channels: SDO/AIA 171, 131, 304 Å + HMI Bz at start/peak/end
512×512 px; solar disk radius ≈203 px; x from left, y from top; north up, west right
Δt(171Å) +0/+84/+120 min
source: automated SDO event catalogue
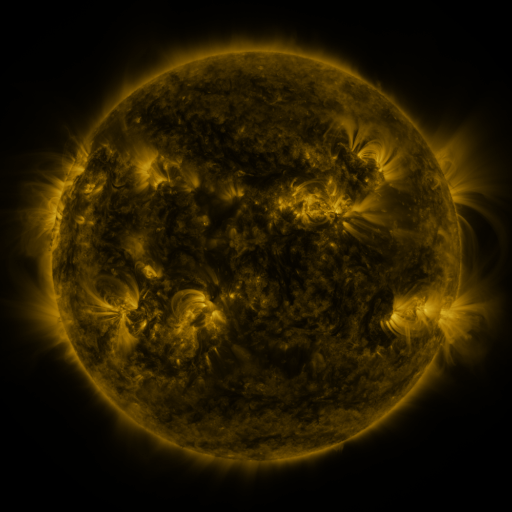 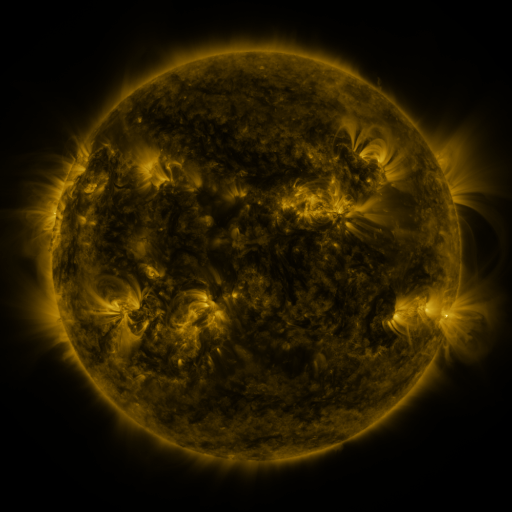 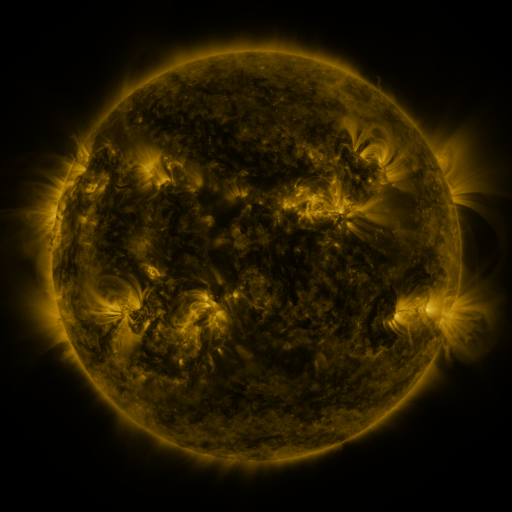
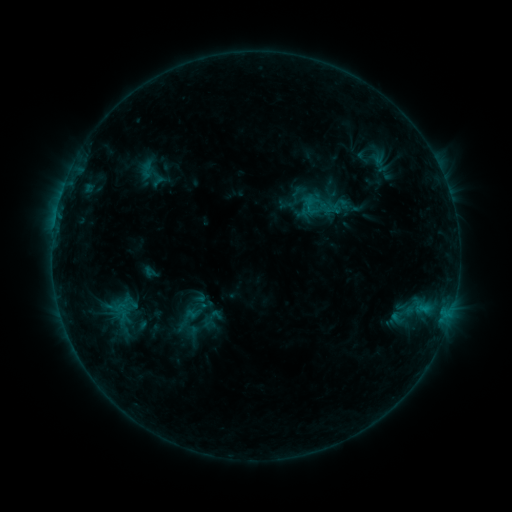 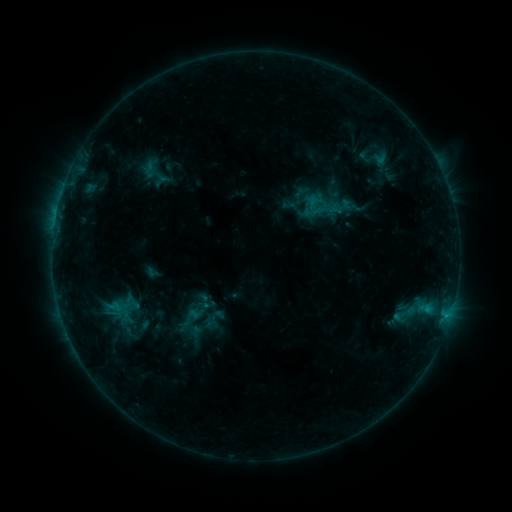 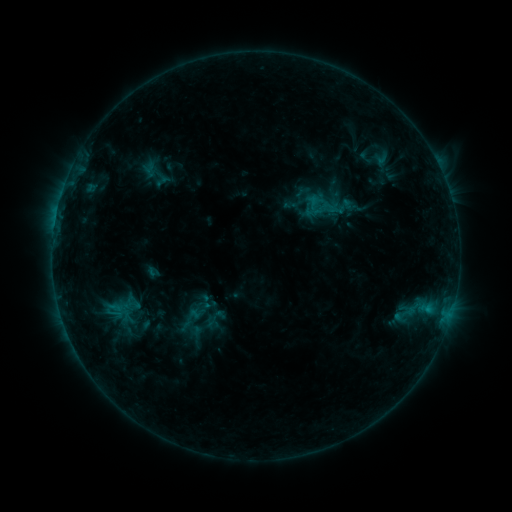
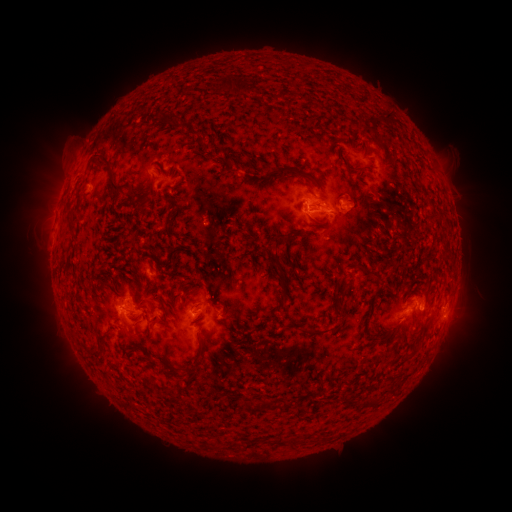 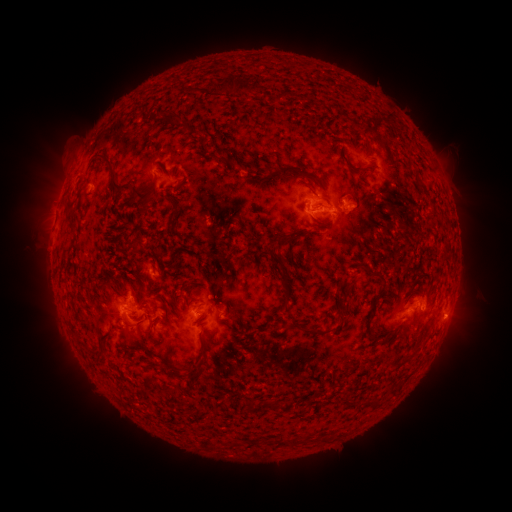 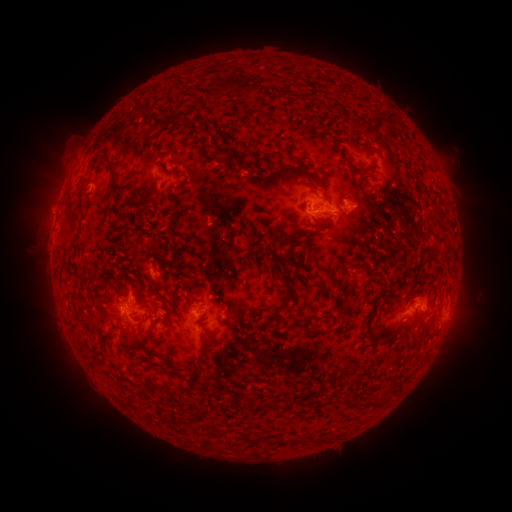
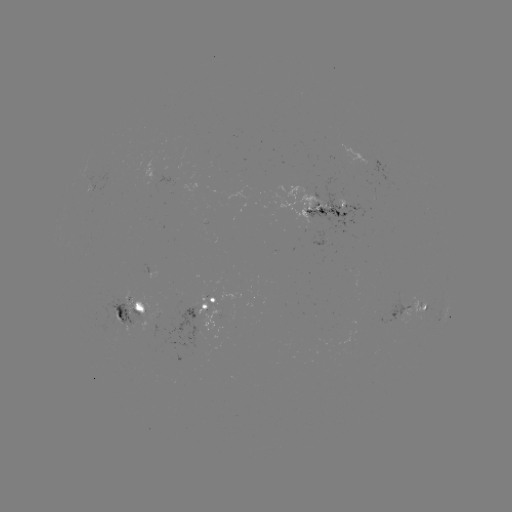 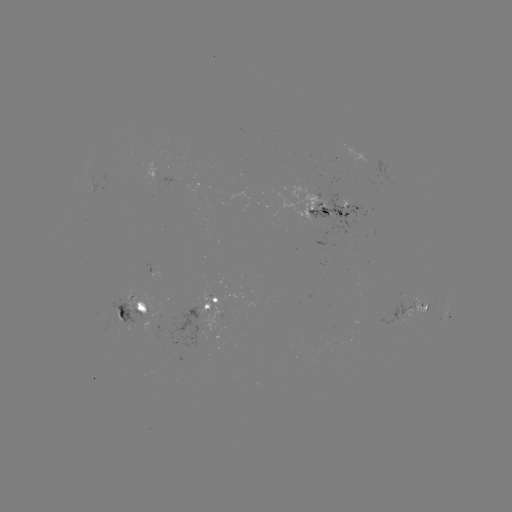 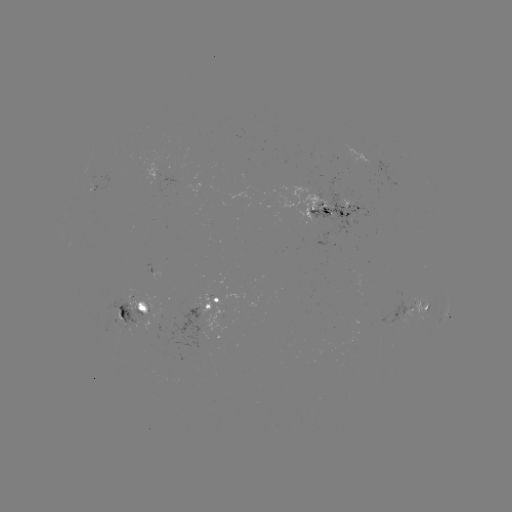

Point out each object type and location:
emerging-flux region: (194, 314)
